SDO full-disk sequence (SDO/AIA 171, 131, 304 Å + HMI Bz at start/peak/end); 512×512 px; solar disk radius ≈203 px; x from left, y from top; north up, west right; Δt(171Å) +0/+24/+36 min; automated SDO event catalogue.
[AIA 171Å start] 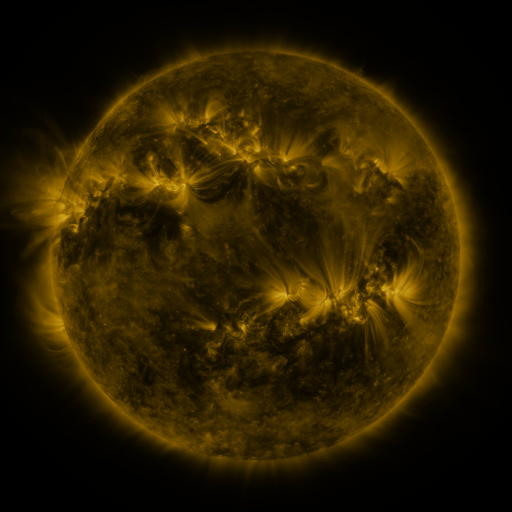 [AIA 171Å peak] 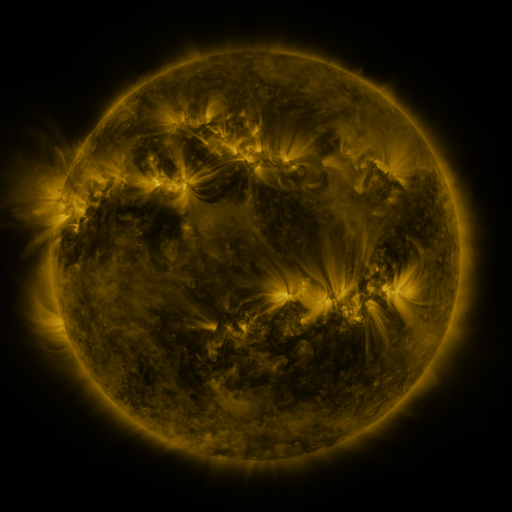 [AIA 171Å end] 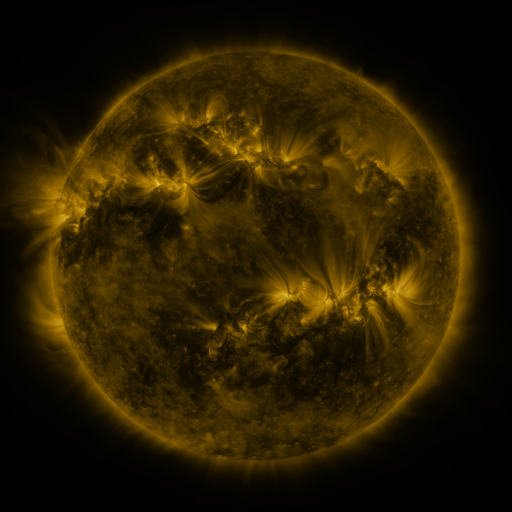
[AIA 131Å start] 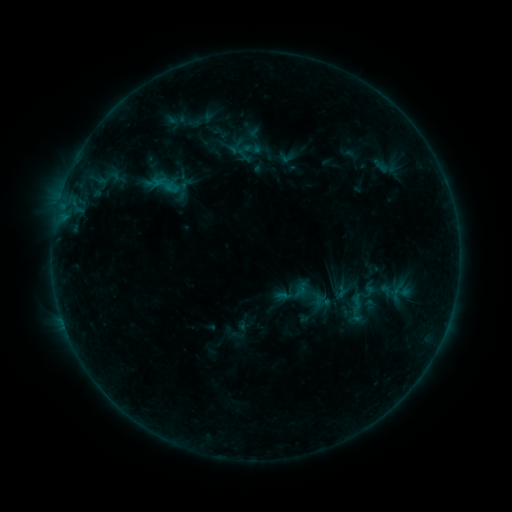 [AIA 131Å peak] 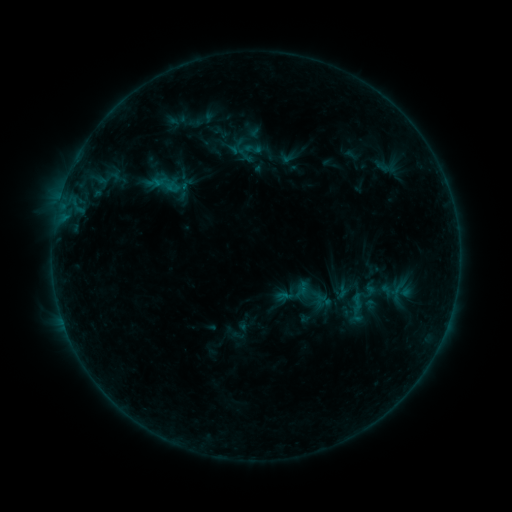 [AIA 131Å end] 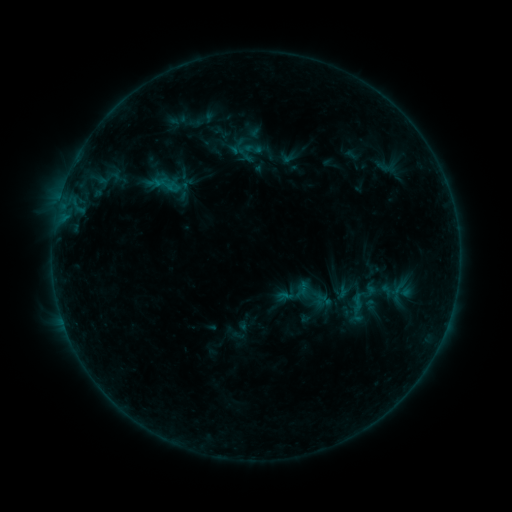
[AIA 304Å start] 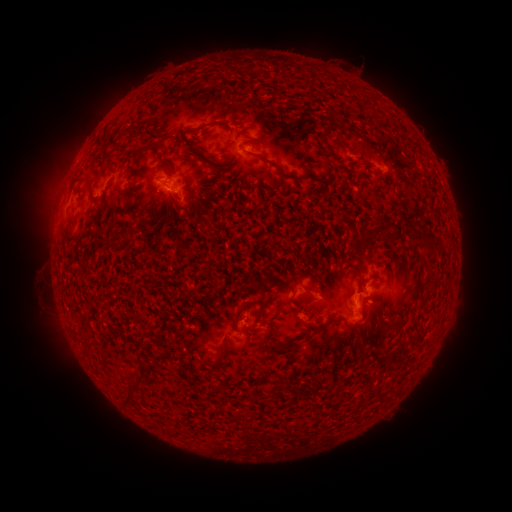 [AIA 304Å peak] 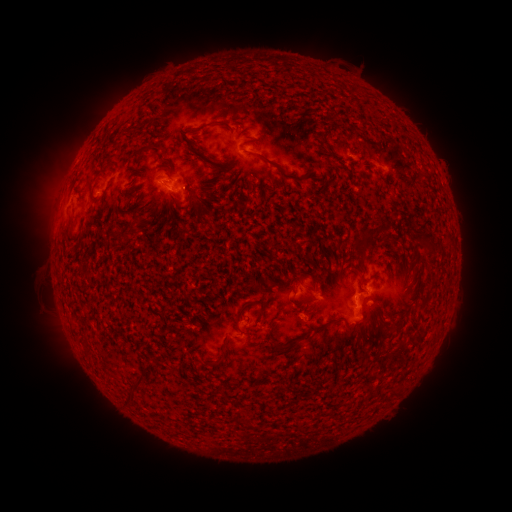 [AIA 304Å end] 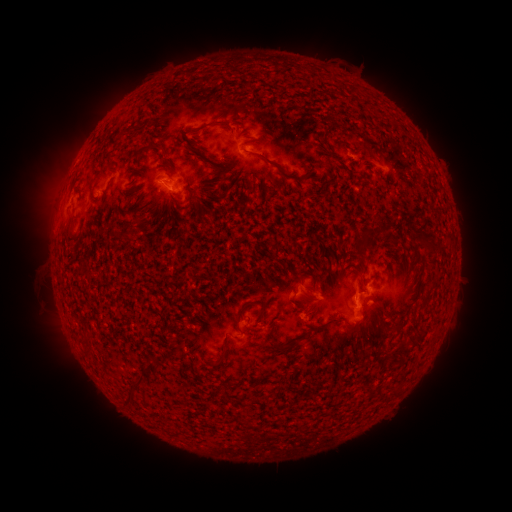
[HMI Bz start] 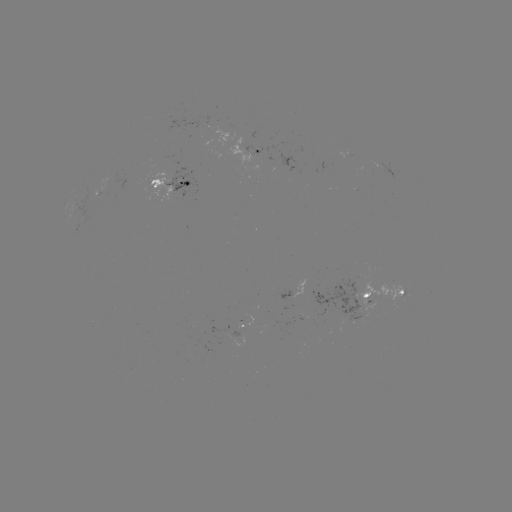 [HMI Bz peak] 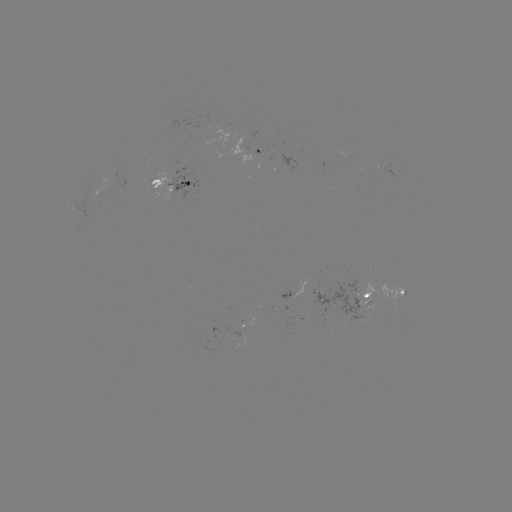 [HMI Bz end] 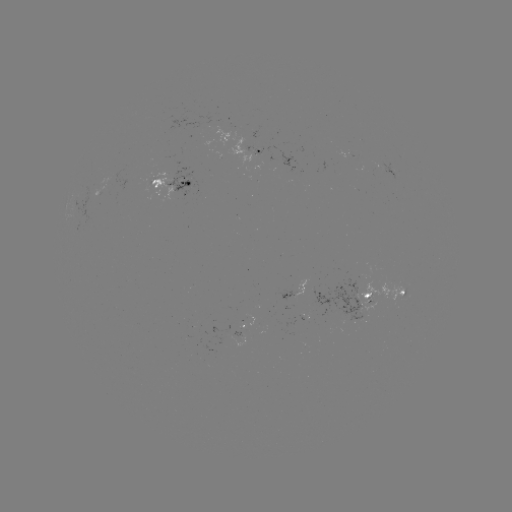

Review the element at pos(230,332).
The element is emerging-flux region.